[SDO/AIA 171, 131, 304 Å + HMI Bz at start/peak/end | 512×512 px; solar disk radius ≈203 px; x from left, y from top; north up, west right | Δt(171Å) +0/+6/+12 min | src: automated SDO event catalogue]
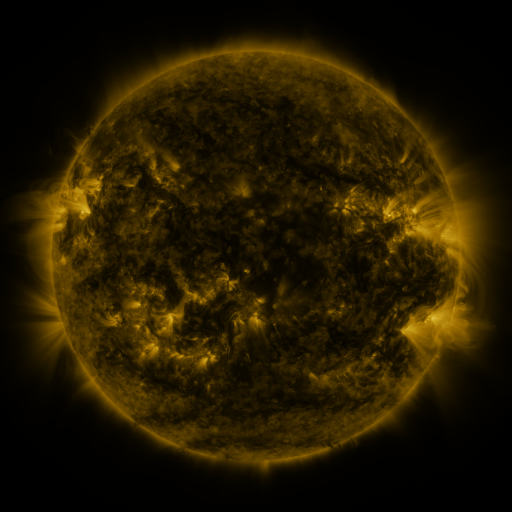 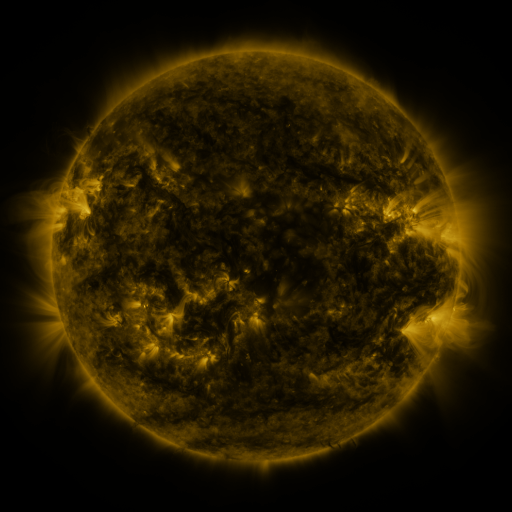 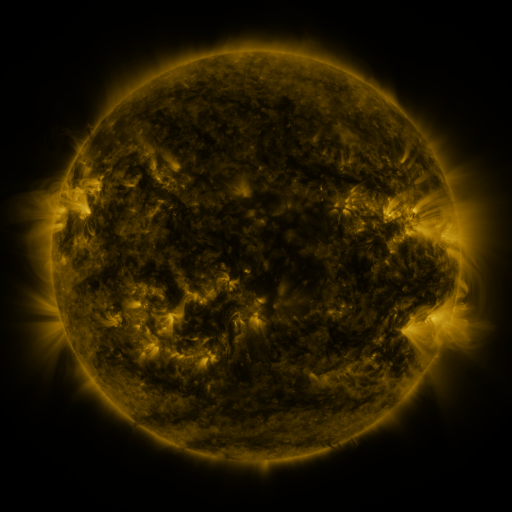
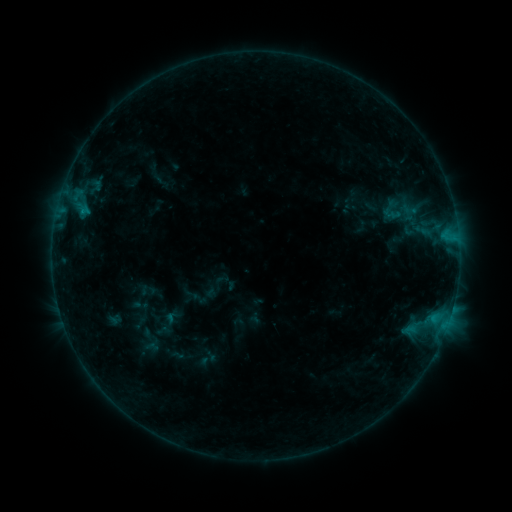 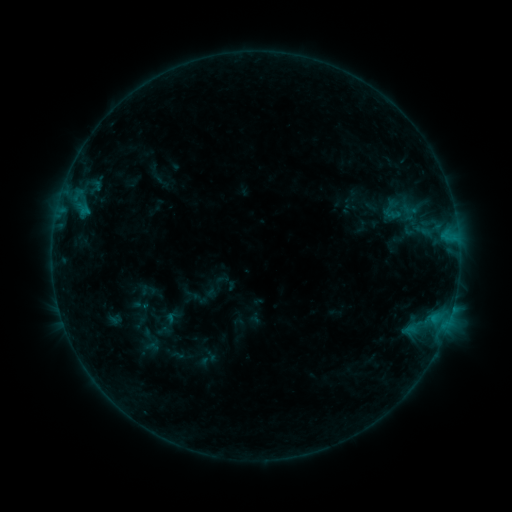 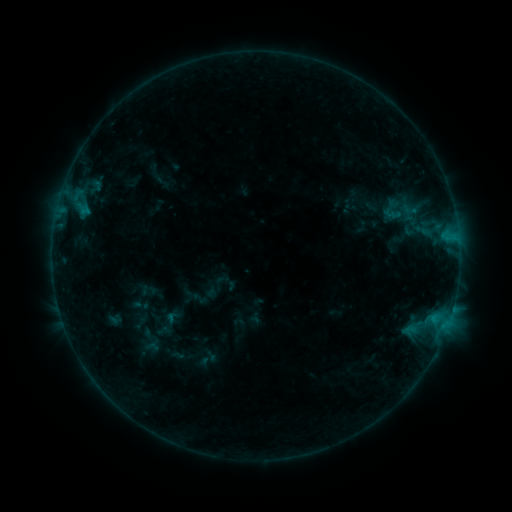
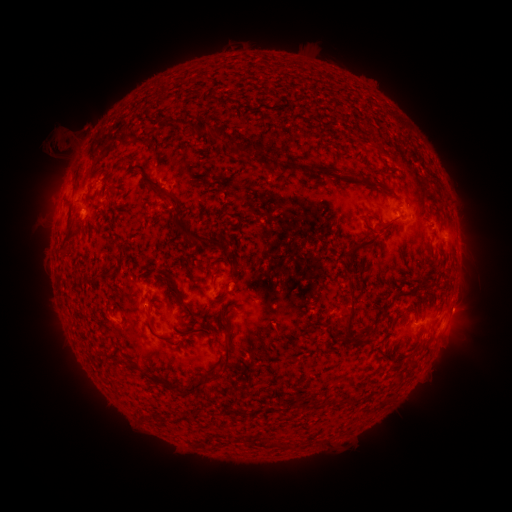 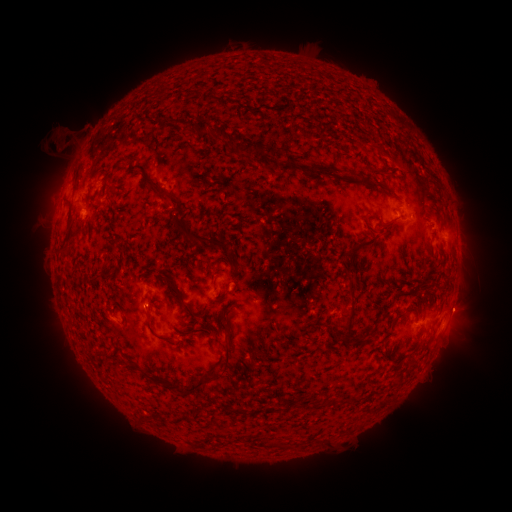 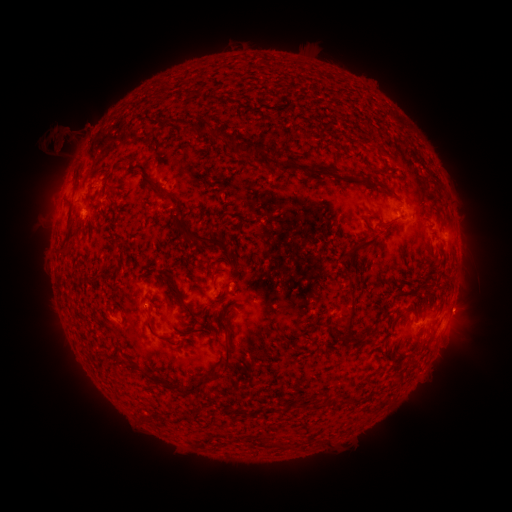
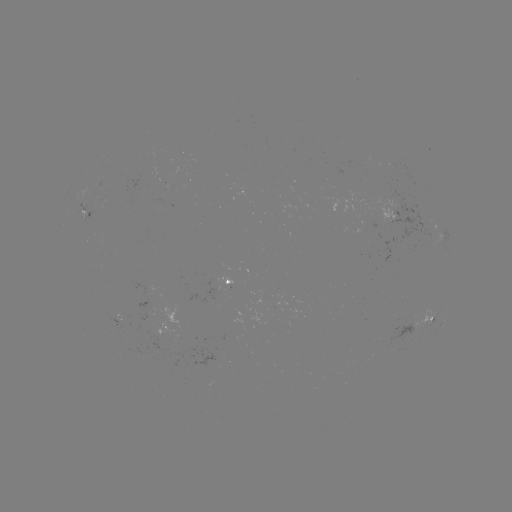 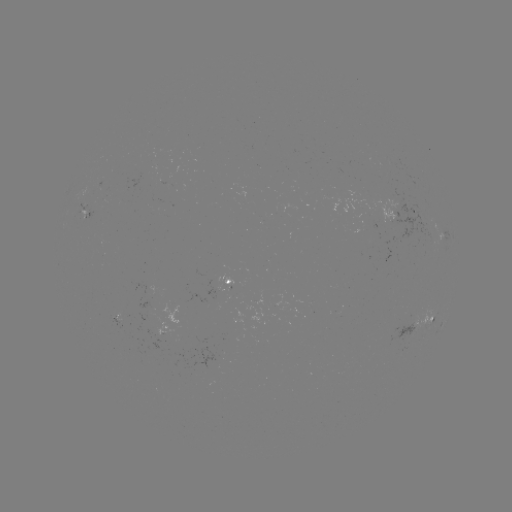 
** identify eruption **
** (59, 144) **